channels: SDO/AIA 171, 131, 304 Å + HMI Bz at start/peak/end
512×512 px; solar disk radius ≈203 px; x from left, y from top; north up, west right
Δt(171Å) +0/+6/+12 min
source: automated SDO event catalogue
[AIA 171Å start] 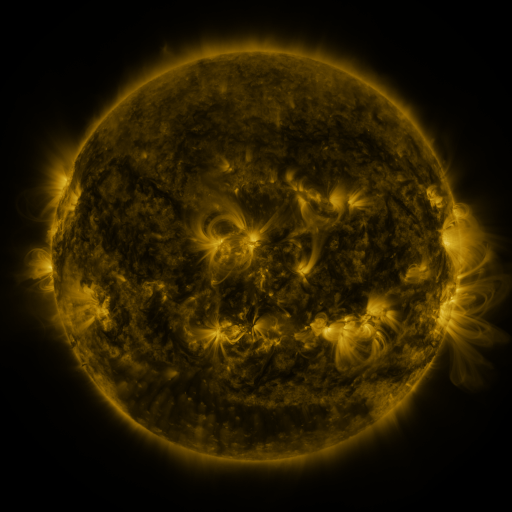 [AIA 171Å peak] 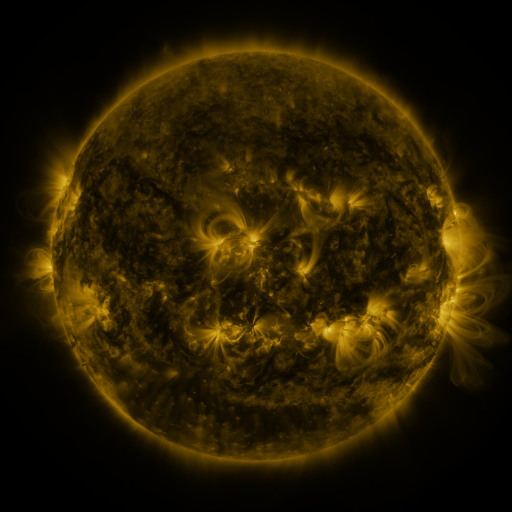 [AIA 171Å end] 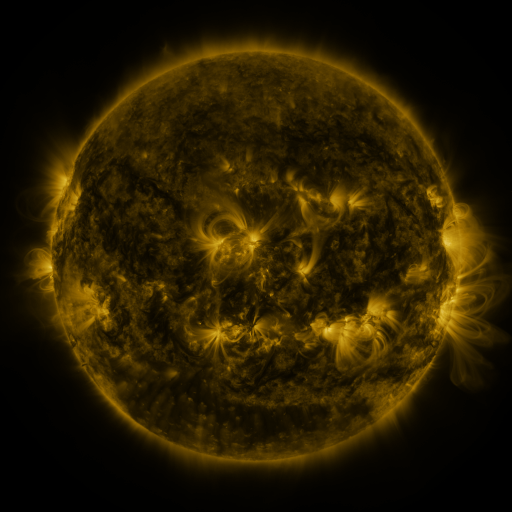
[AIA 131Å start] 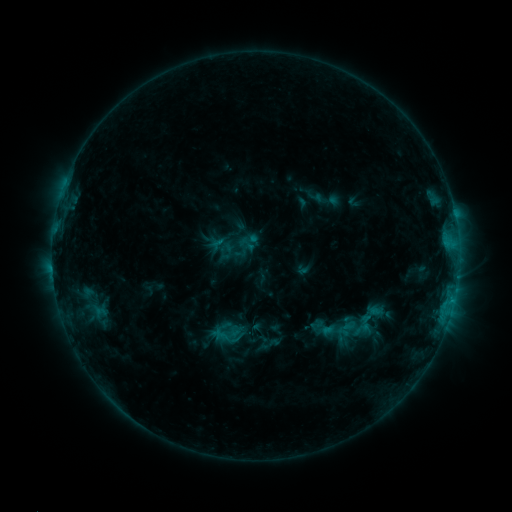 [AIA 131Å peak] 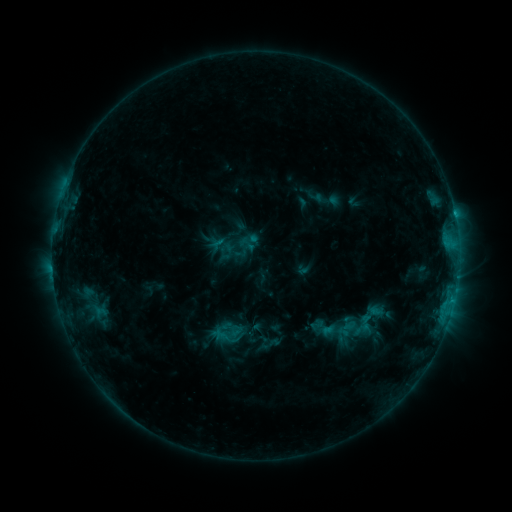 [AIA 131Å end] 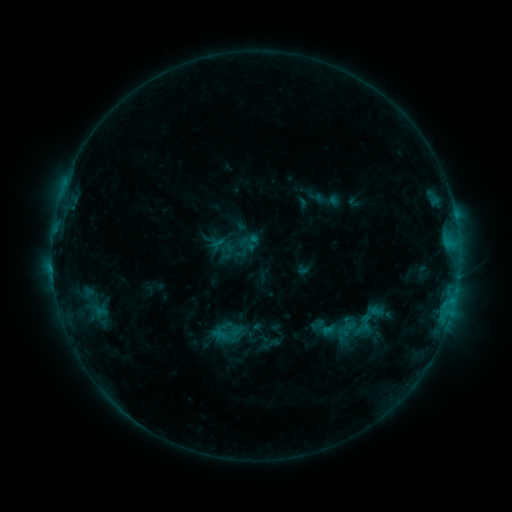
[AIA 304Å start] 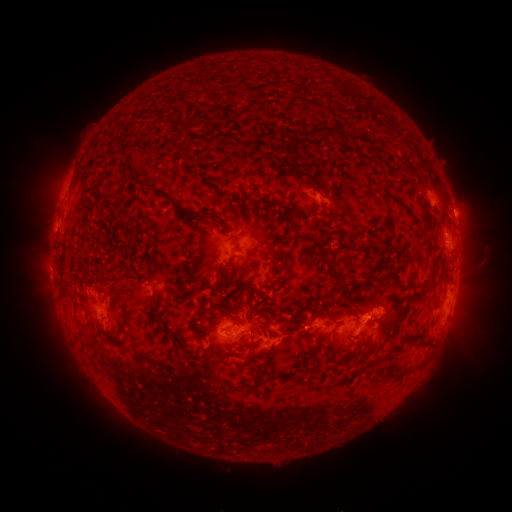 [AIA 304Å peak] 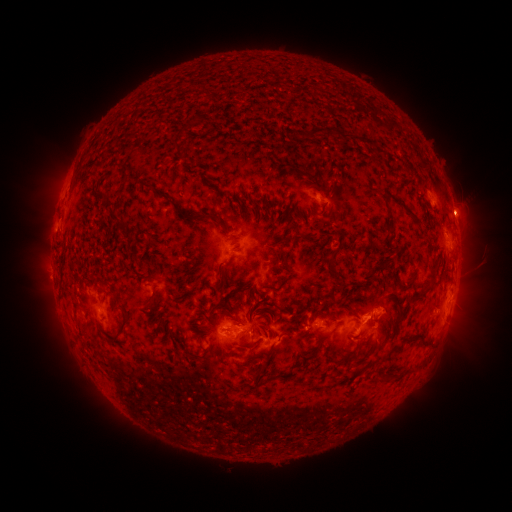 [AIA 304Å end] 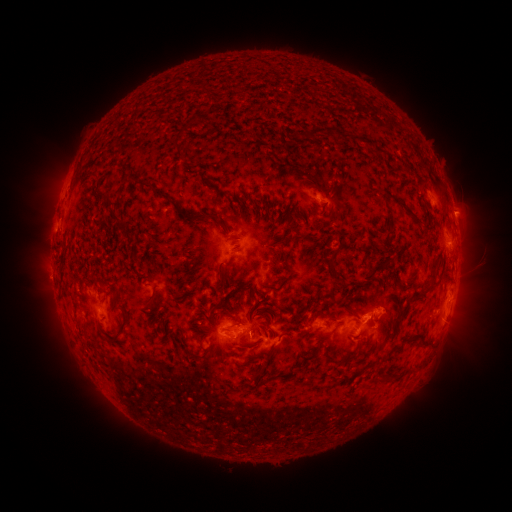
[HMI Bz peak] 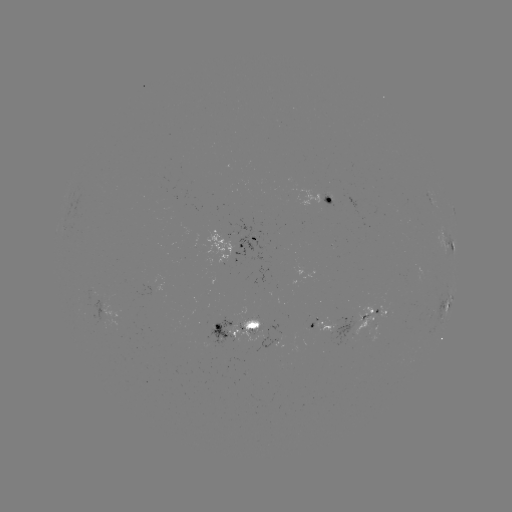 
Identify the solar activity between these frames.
eruption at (463, 210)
